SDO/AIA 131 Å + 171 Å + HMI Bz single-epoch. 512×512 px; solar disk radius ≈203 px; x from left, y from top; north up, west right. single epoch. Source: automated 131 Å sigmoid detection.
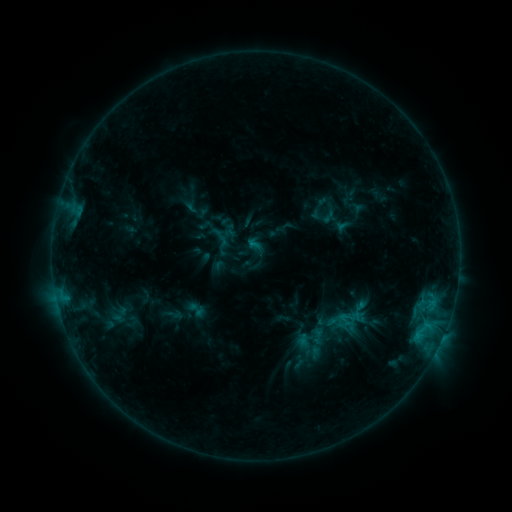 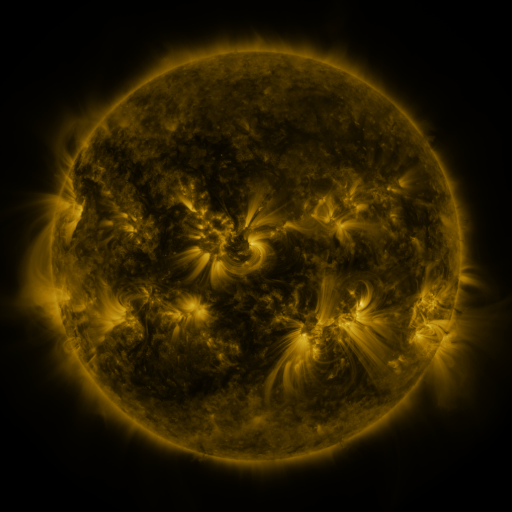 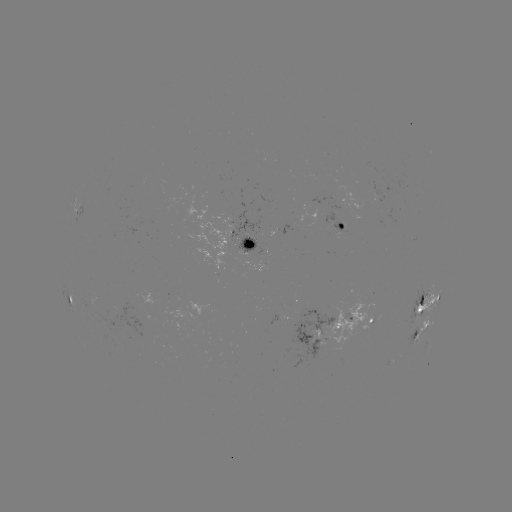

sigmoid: [293, 322, 326, 355]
